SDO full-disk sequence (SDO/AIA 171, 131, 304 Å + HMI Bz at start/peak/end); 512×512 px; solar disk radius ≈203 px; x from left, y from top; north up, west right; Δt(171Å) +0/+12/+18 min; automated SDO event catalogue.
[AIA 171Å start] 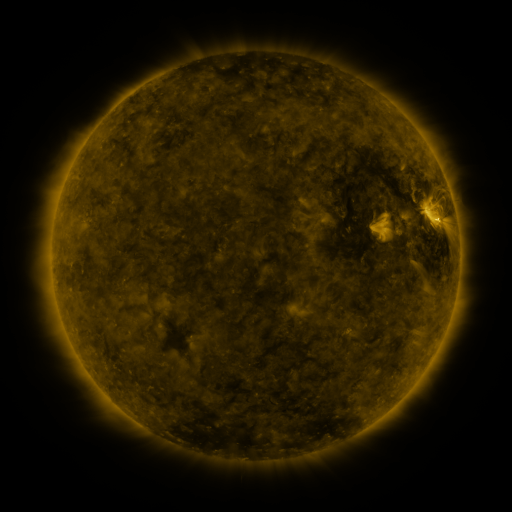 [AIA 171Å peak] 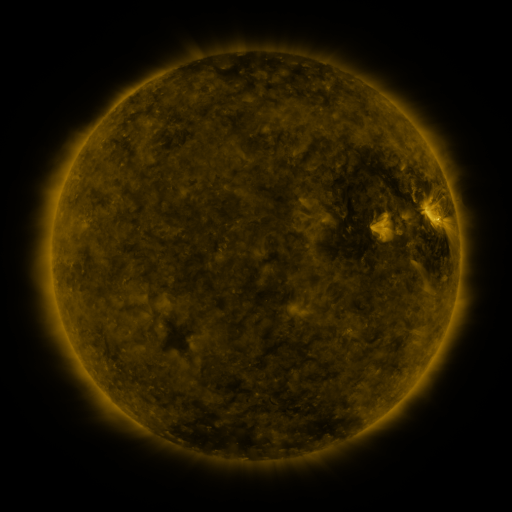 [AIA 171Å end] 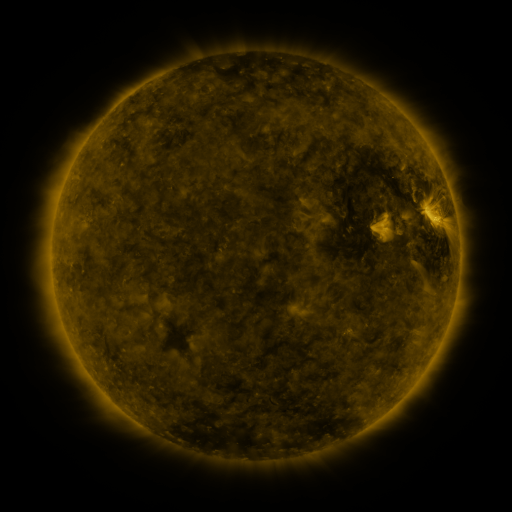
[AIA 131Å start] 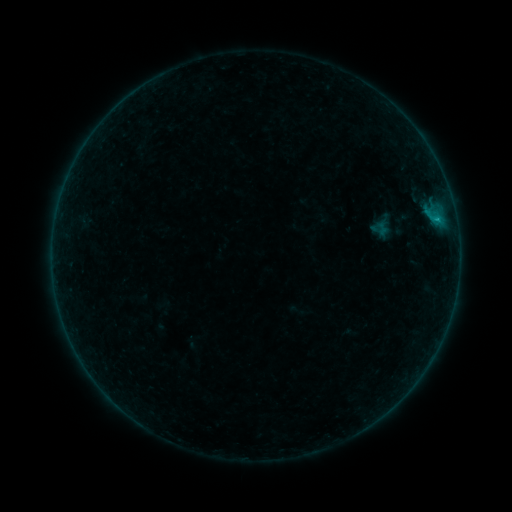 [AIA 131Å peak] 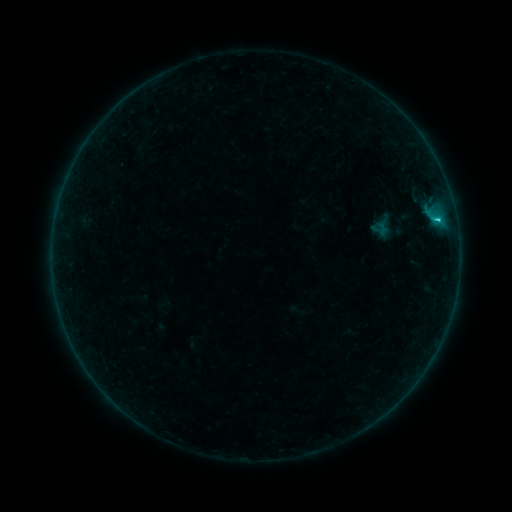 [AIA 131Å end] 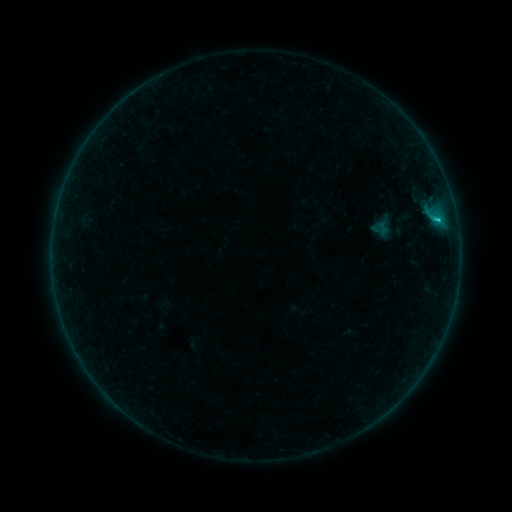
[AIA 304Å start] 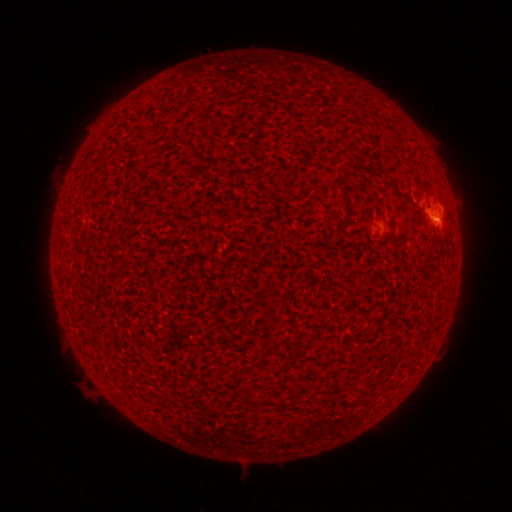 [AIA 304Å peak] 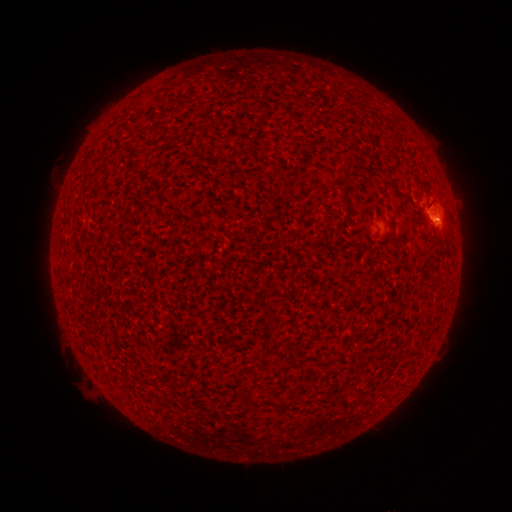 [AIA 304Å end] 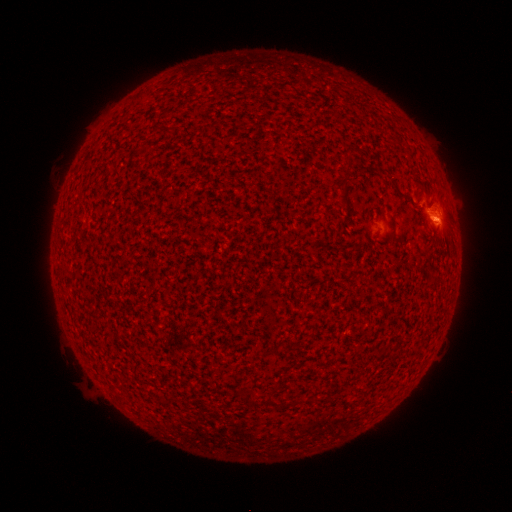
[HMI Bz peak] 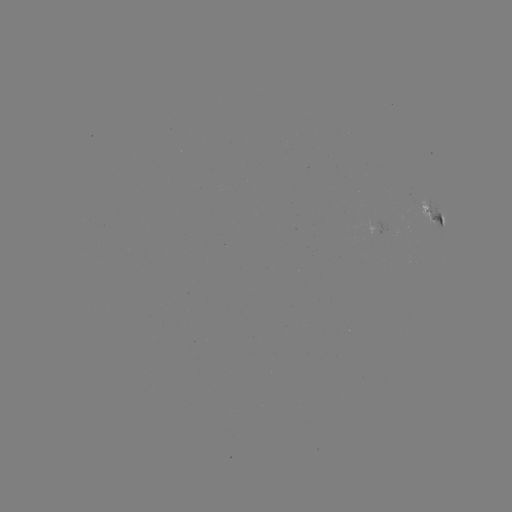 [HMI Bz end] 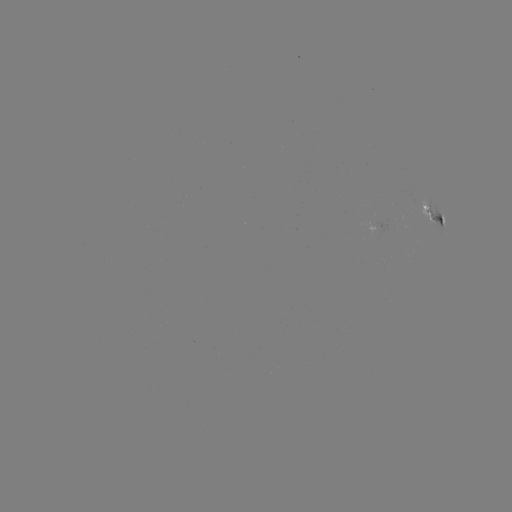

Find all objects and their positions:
B8.1 flare: (437, 220)
